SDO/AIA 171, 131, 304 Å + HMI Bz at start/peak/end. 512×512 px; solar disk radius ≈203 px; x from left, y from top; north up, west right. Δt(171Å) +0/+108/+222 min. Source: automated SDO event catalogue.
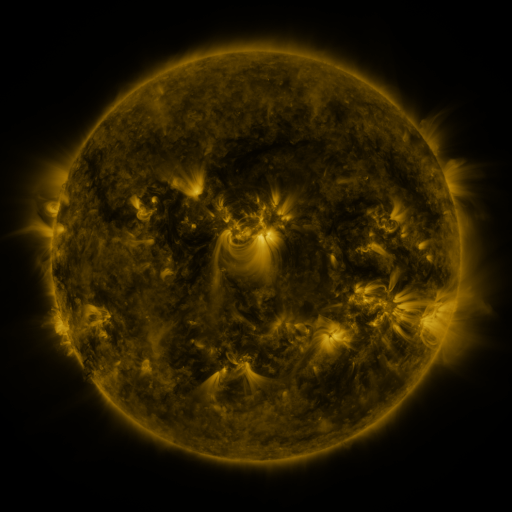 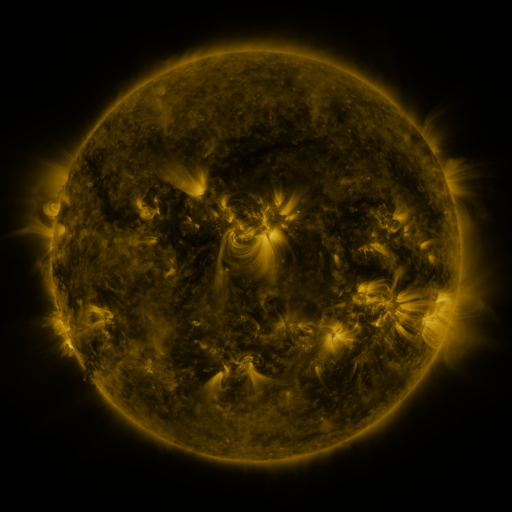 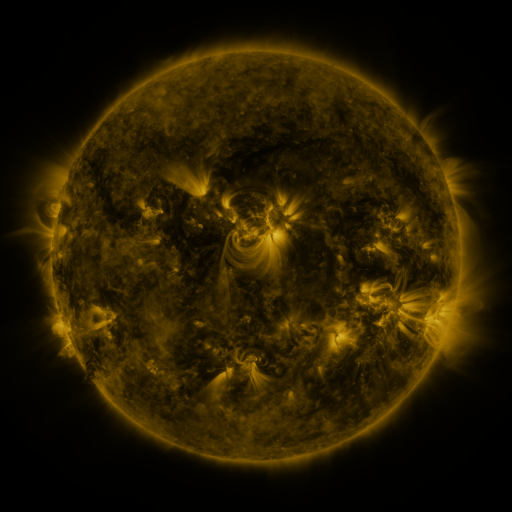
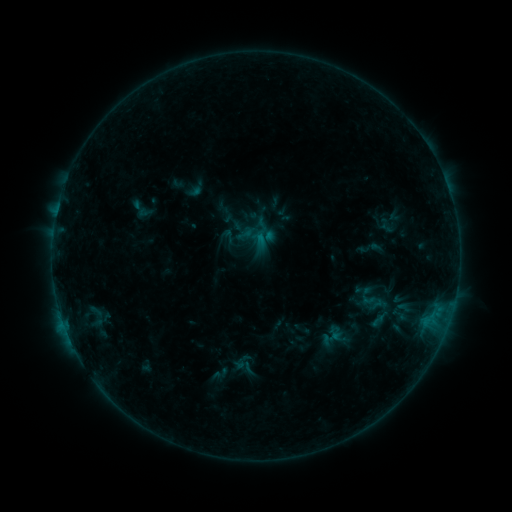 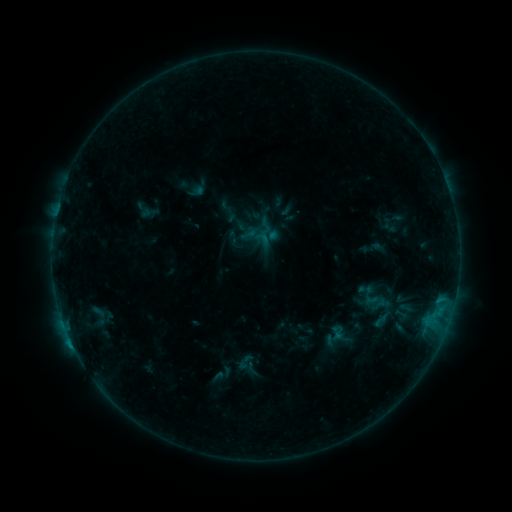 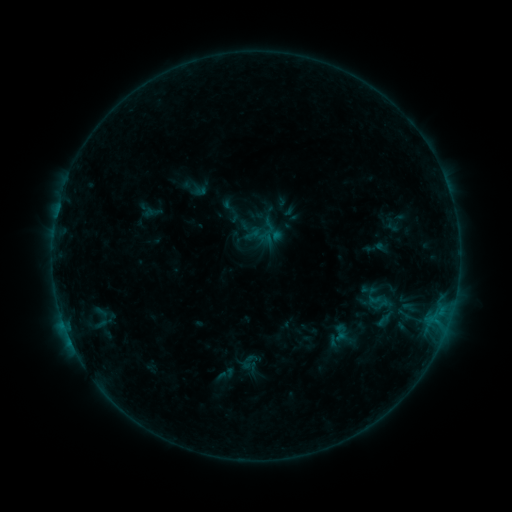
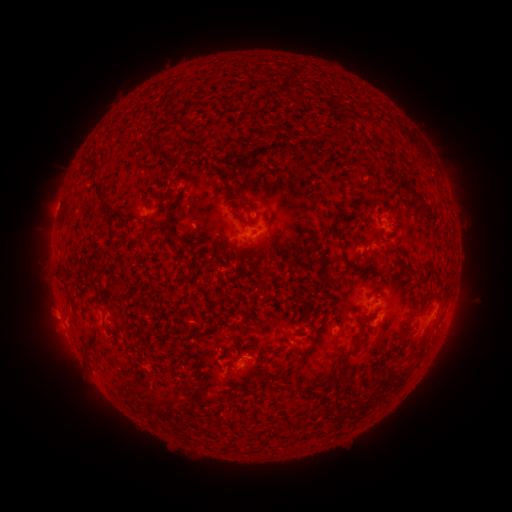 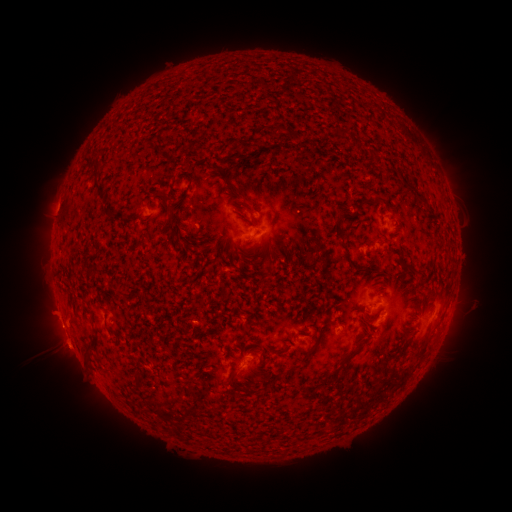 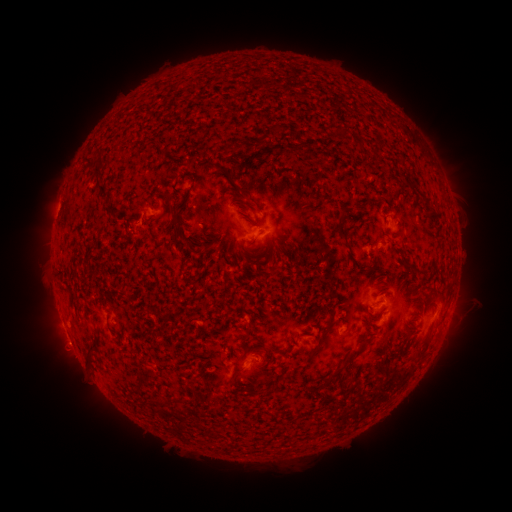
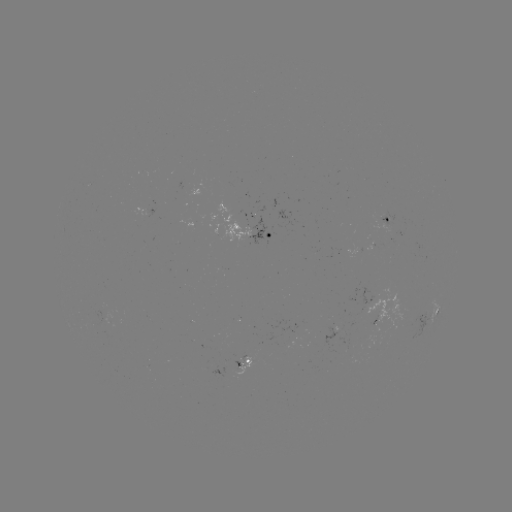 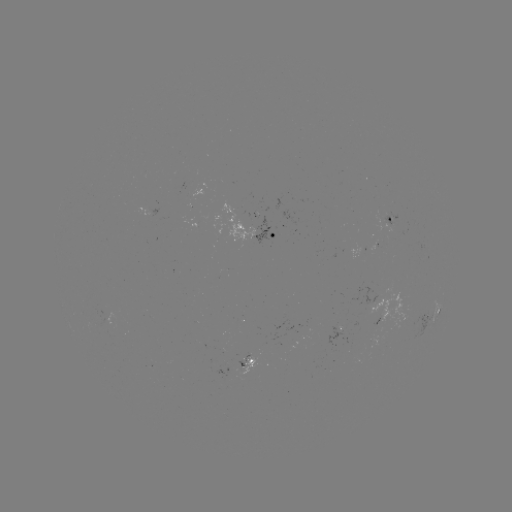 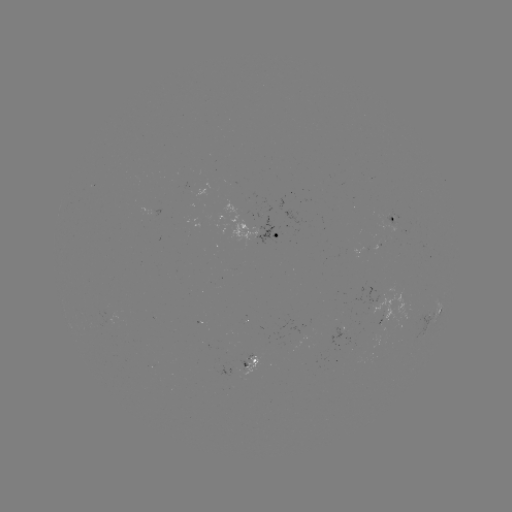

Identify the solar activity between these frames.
filament eruption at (46, 373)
